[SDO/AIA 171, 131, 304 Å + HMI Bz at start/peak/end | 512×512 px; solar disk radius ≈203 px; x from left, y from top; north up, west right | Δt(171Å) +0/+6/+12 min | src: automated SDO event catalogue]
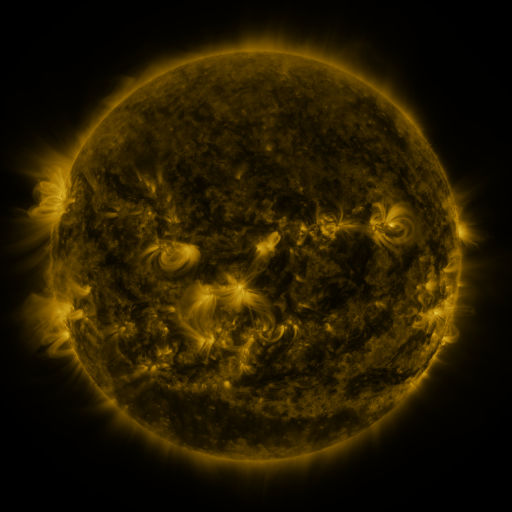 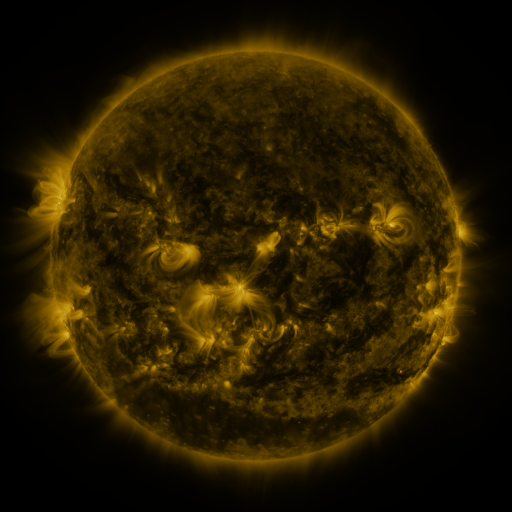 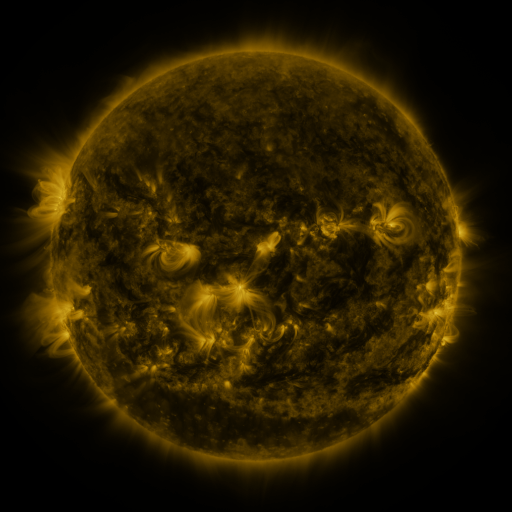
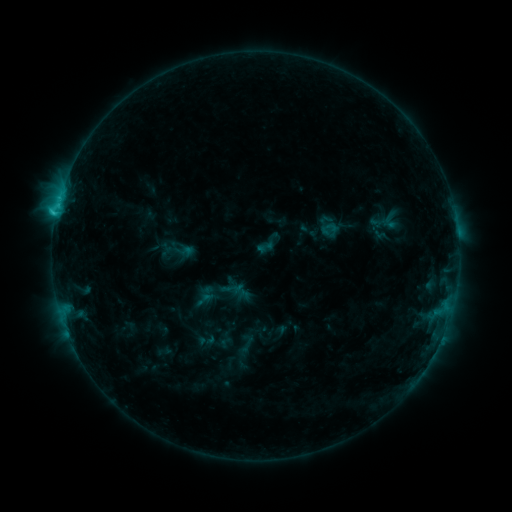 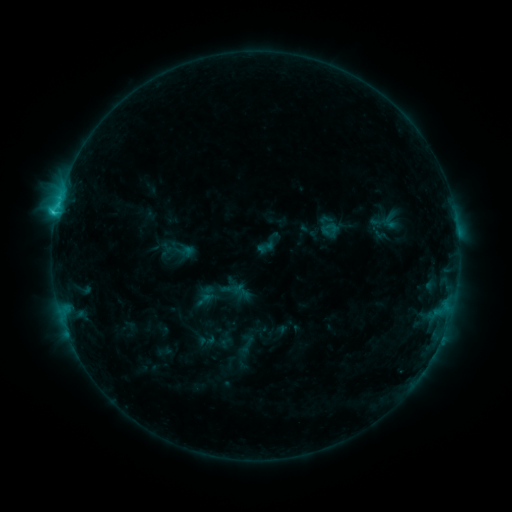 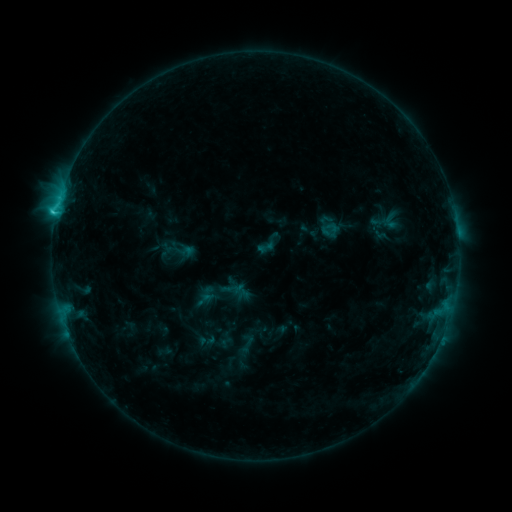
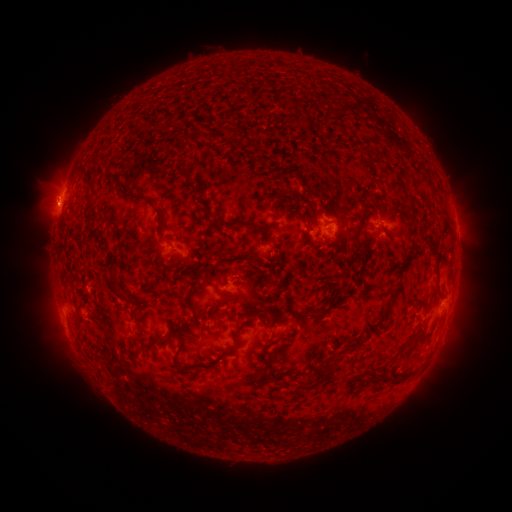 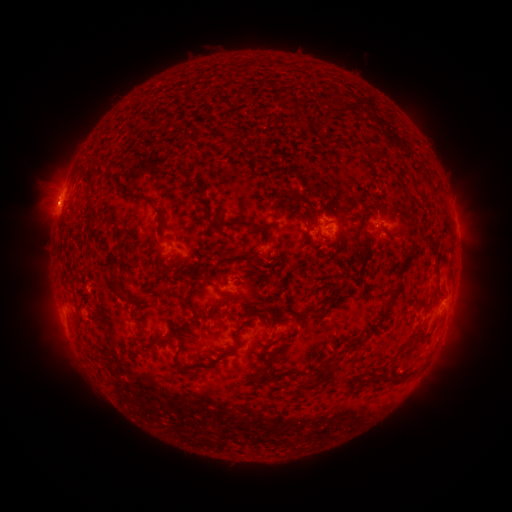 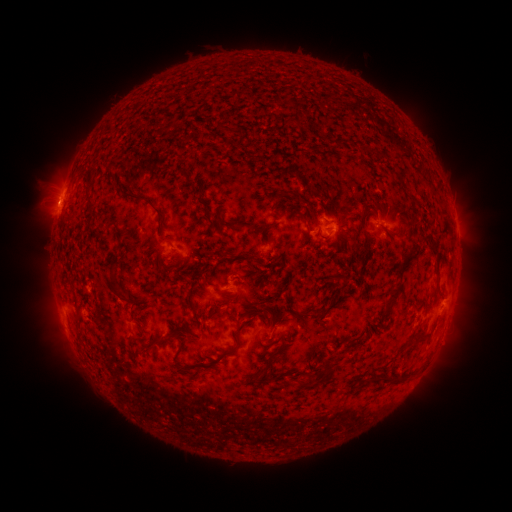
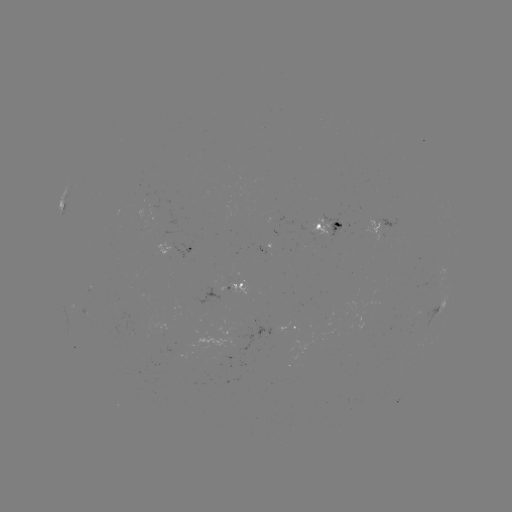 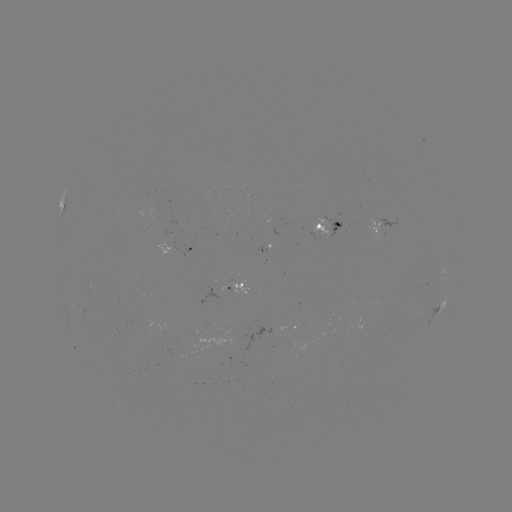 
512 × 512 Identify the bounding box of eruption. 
[28, 183, 79, 231].